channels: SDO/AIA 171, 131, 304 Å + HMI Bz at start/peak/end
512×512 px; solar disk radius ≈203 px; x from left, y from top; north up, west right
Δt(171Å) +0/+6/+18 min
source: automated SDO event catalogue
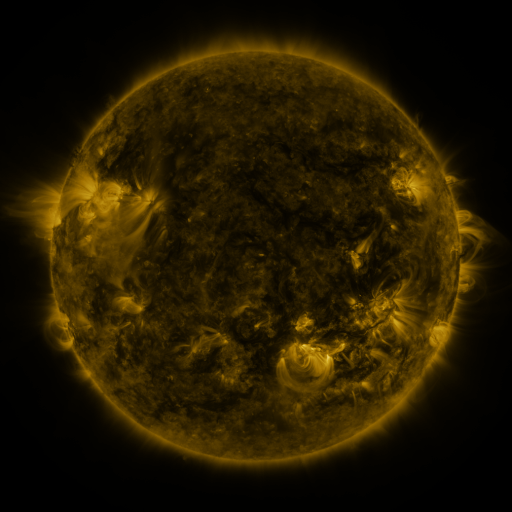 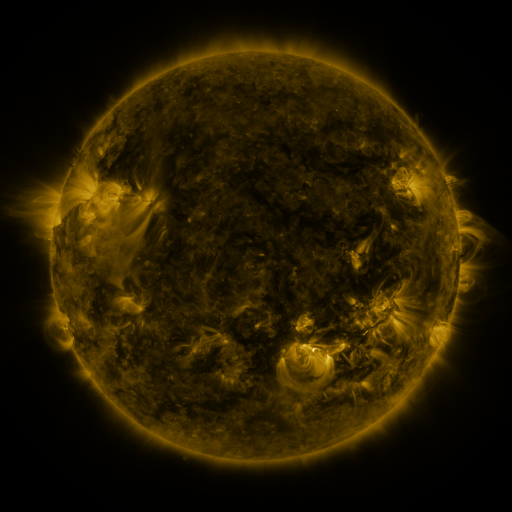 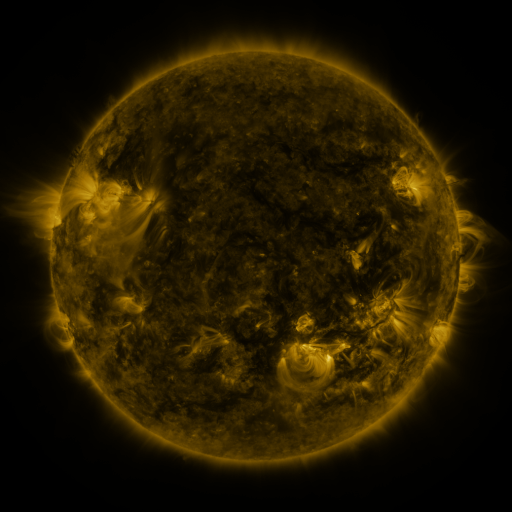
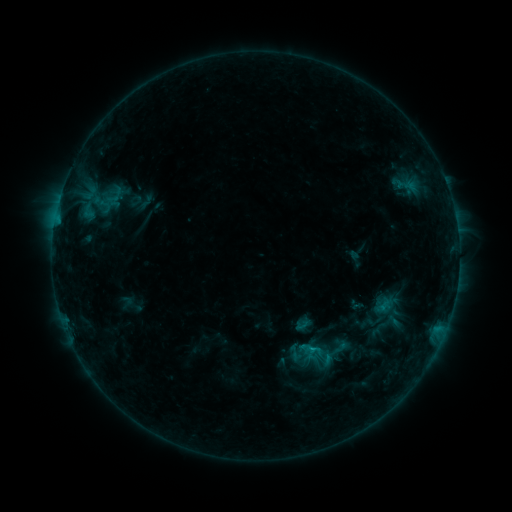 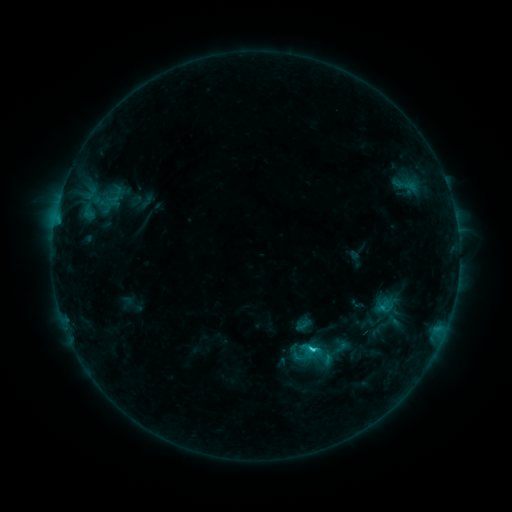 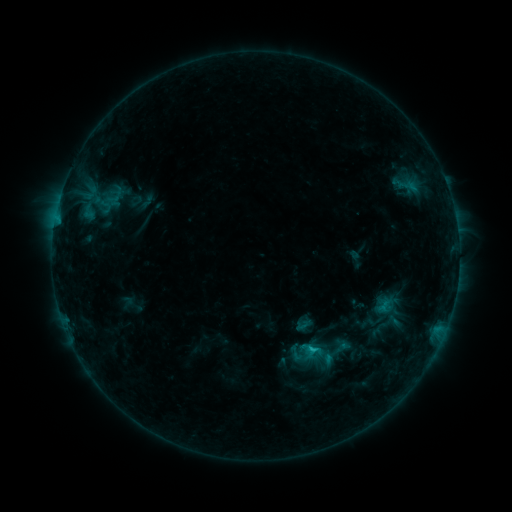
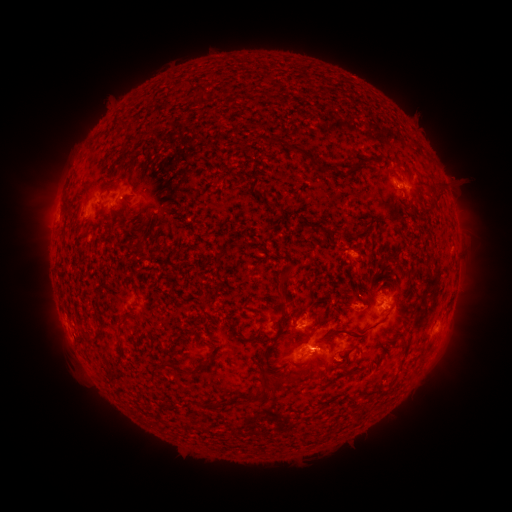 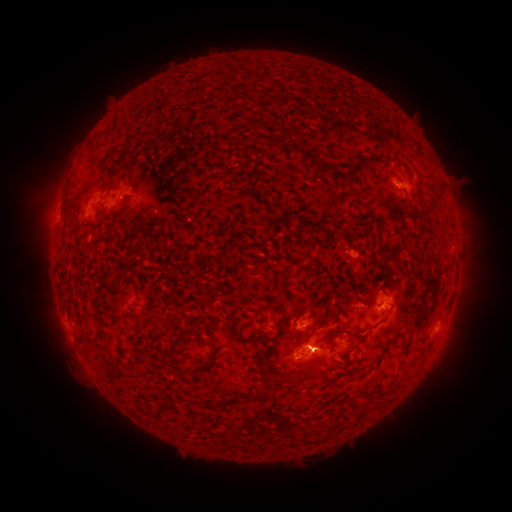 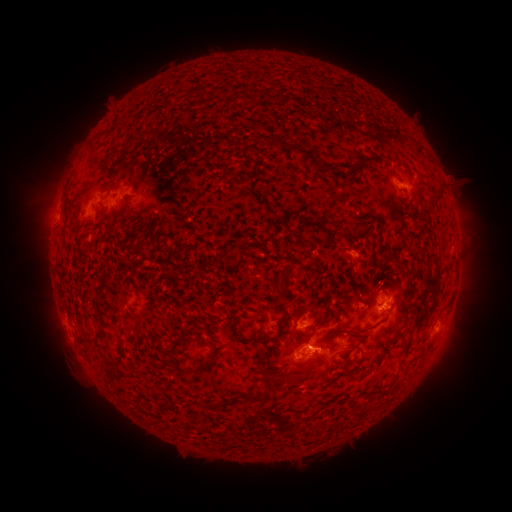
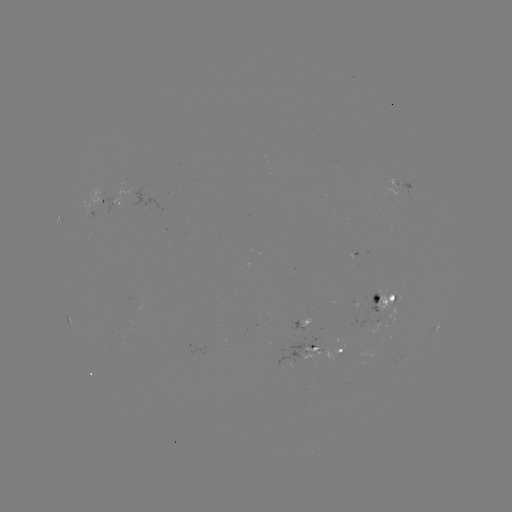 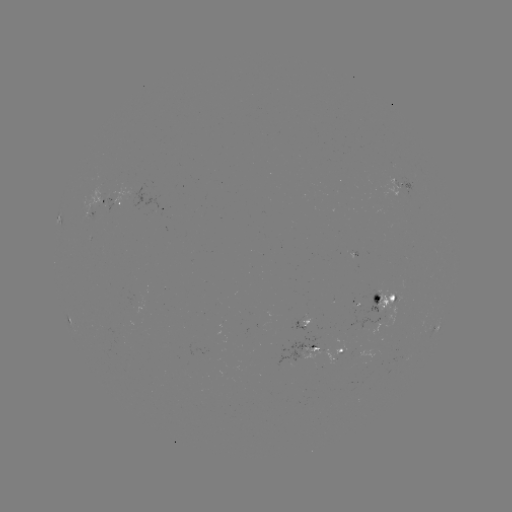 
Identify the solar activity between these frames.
C2.2 flare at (311, 347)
